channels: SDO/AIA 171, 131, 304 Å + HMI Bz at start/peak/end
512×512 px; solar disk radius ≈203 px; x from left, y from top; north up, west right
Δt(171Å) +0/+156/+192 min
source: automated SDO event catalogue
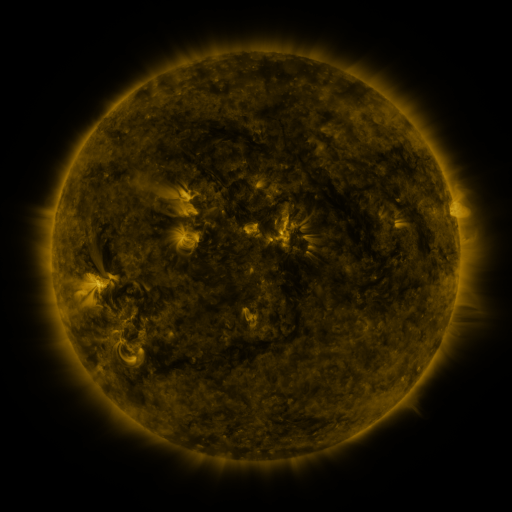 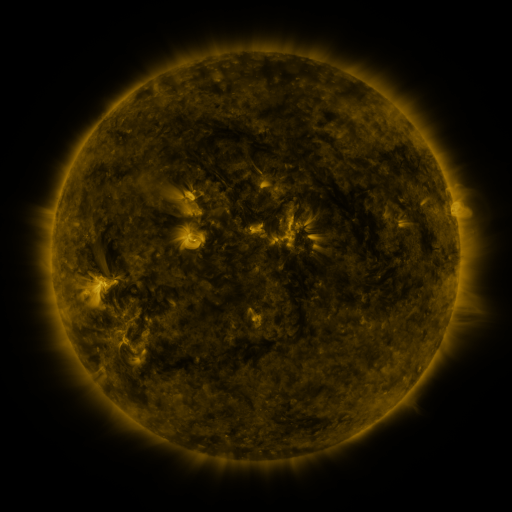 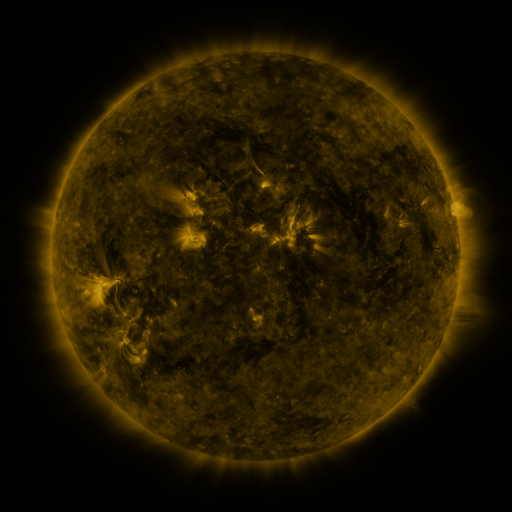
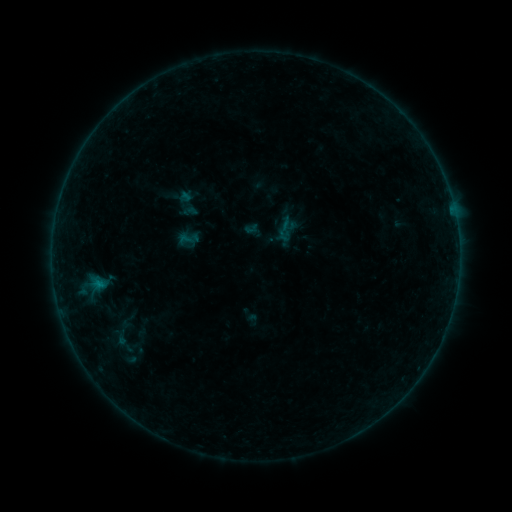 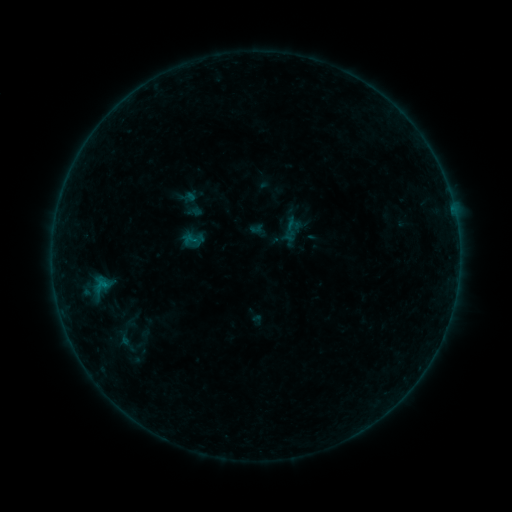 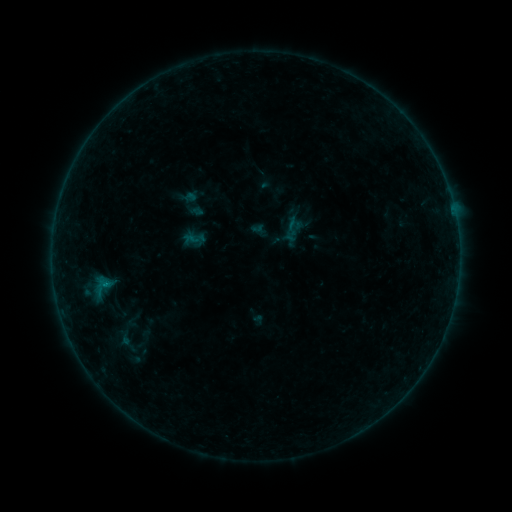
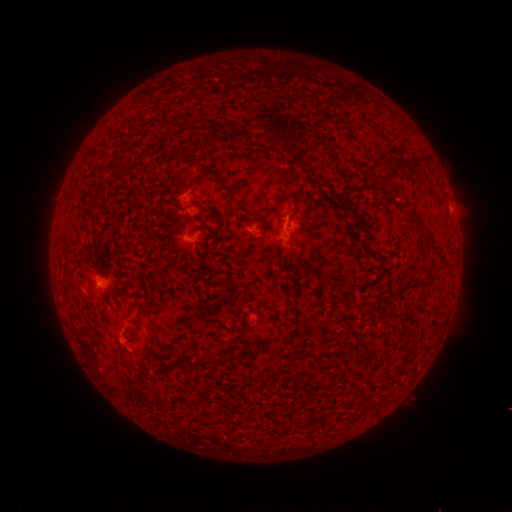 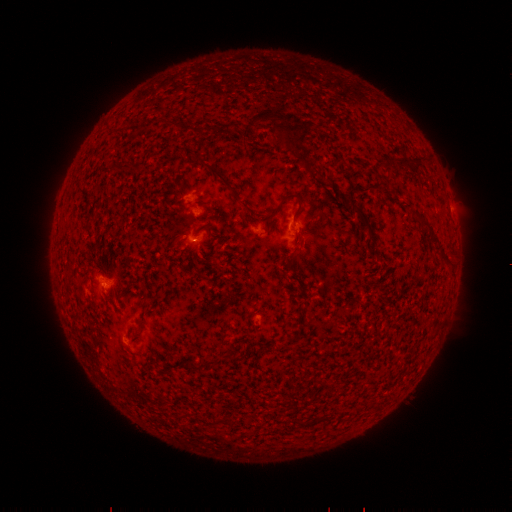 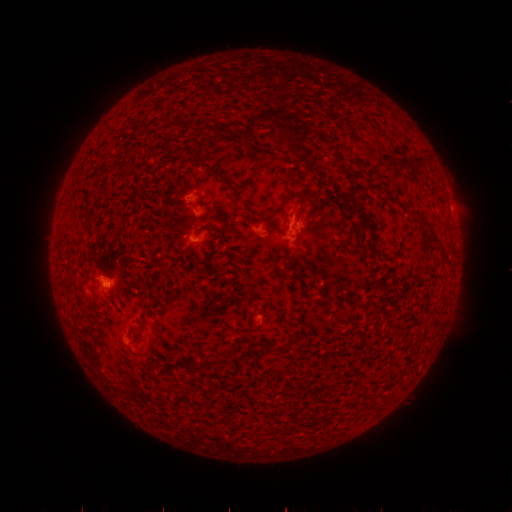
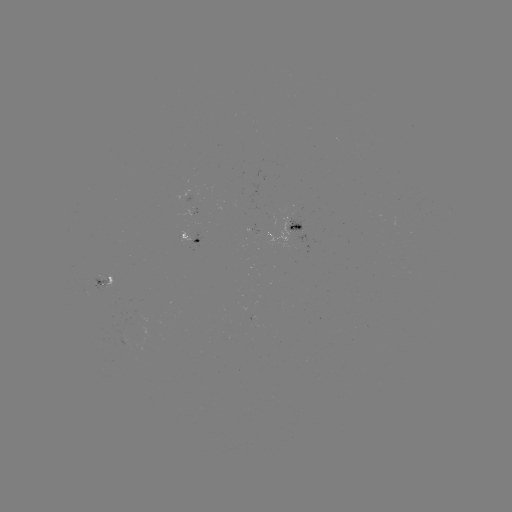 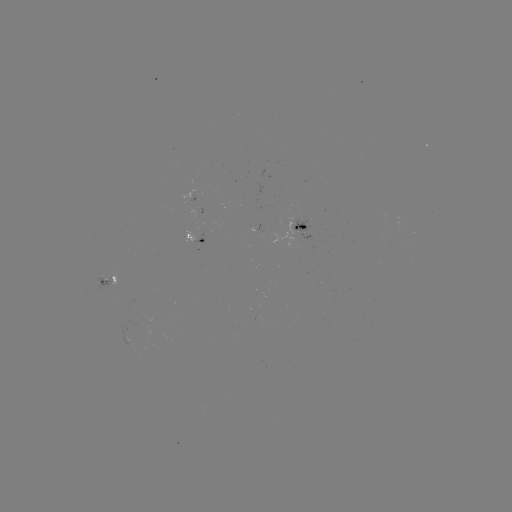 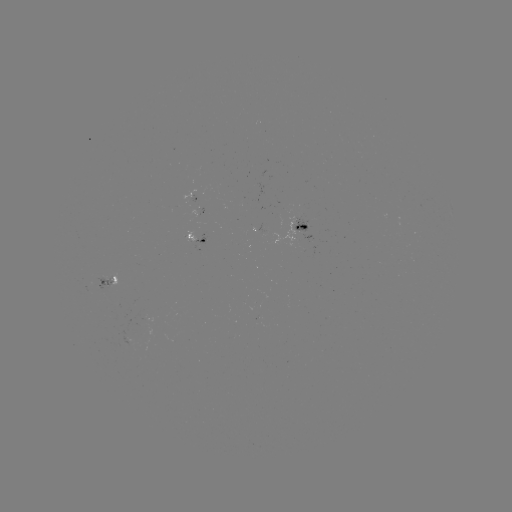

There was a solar emerging-flux region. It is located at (195, 214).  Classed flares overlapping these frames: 4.